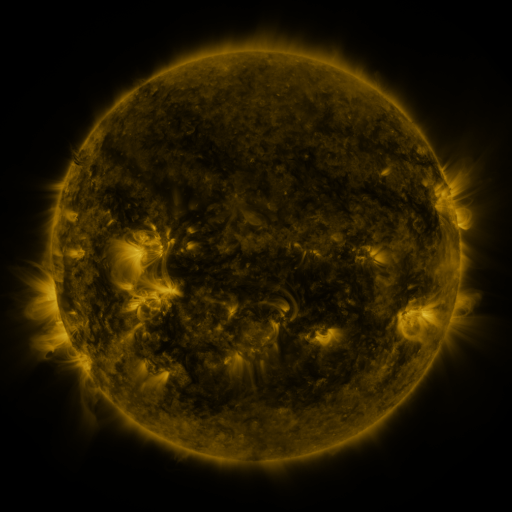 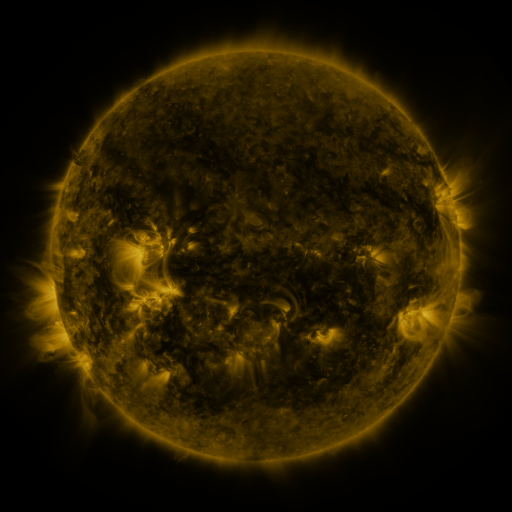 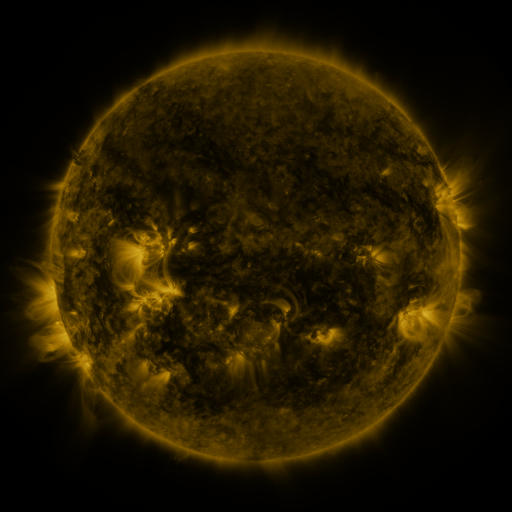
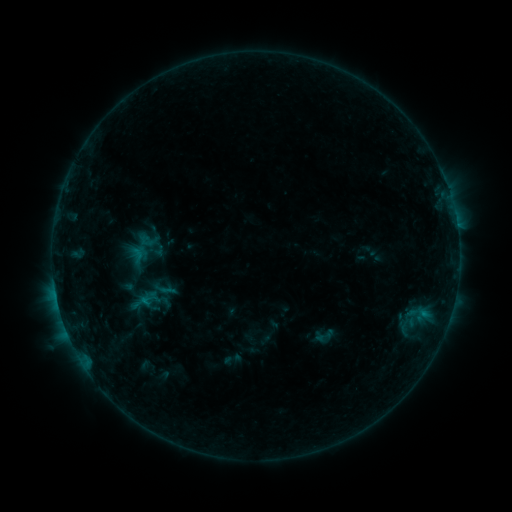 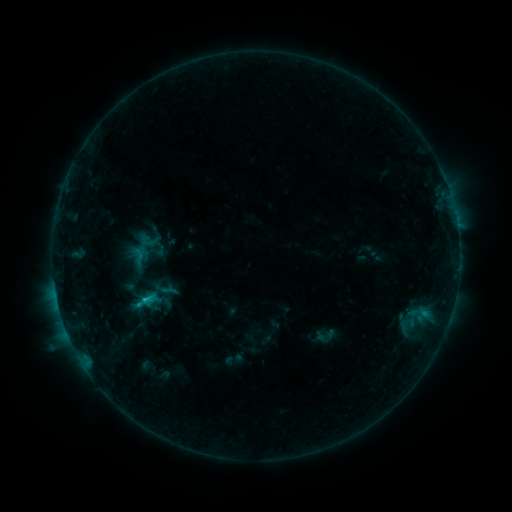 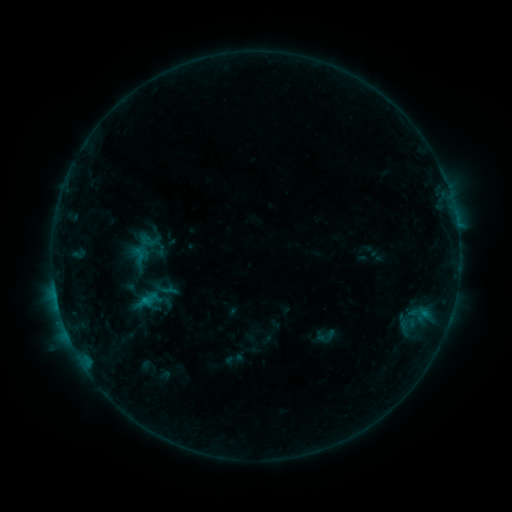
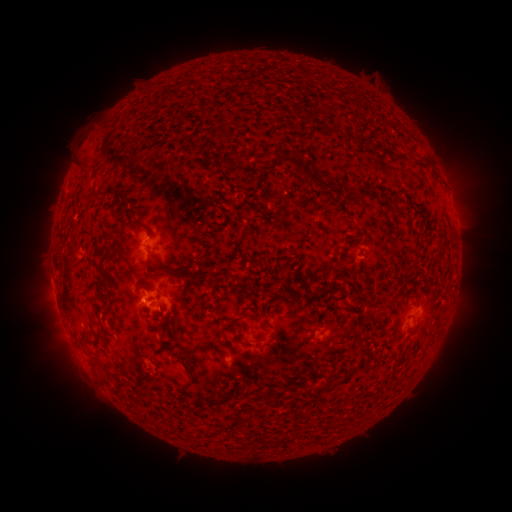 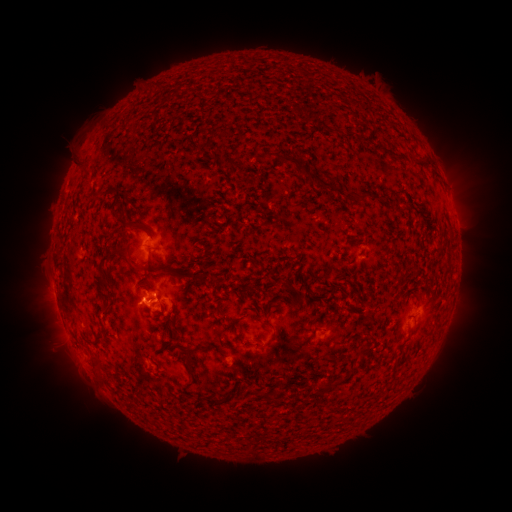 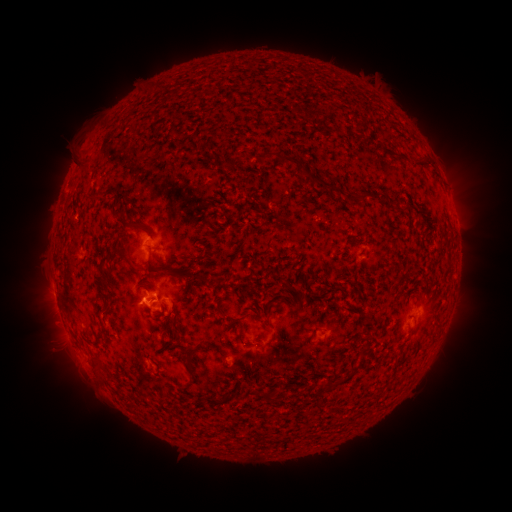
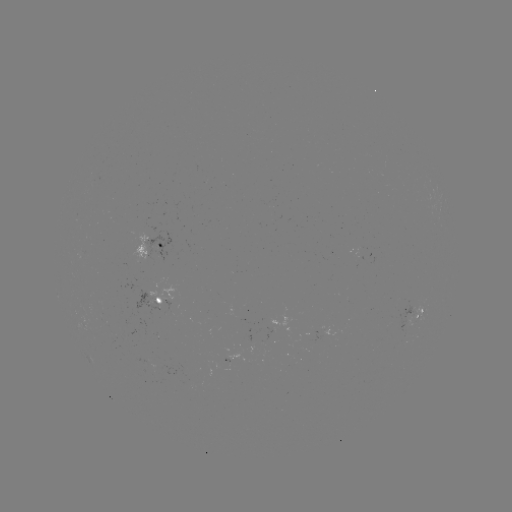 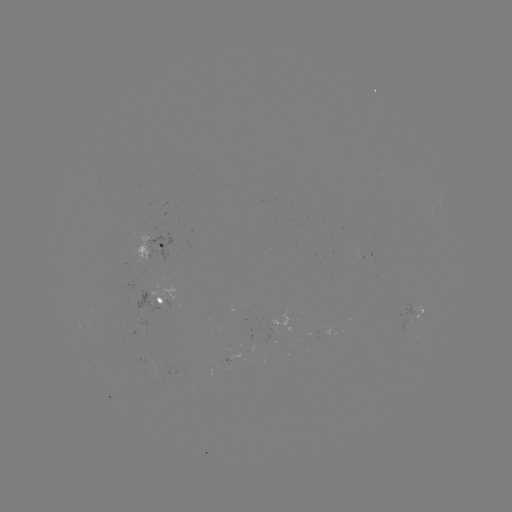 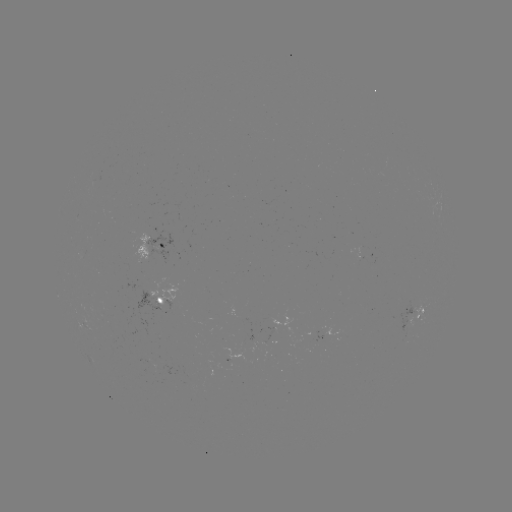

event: flare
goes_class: B8.7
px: (145, 299)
